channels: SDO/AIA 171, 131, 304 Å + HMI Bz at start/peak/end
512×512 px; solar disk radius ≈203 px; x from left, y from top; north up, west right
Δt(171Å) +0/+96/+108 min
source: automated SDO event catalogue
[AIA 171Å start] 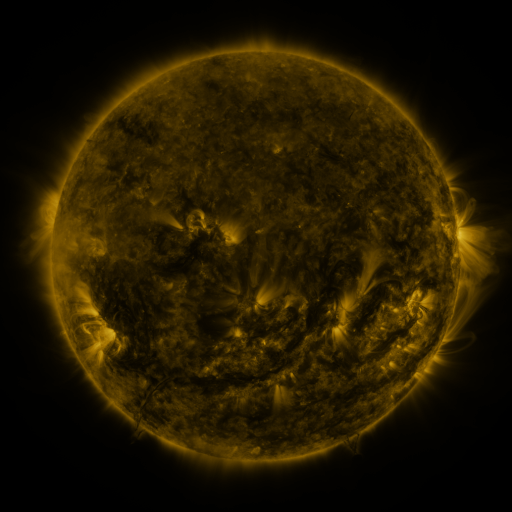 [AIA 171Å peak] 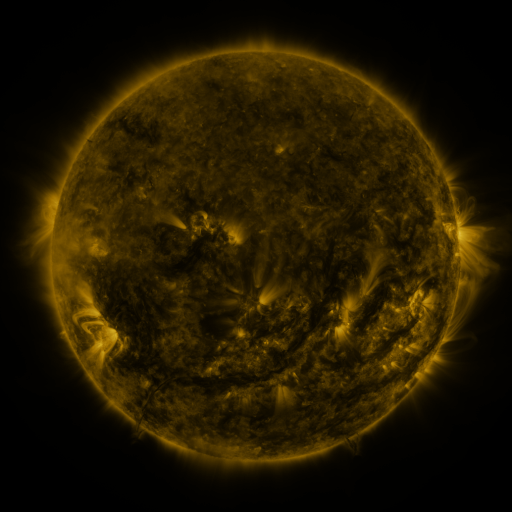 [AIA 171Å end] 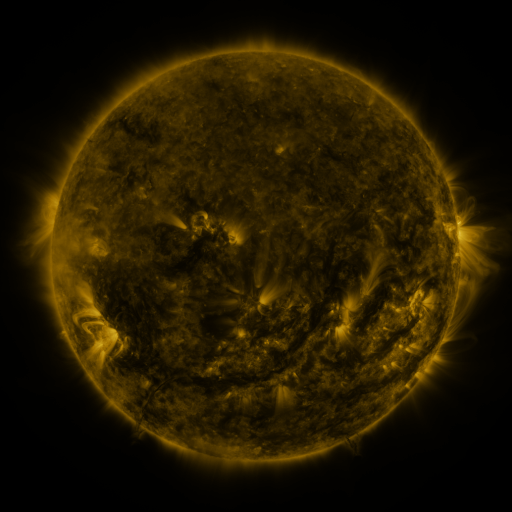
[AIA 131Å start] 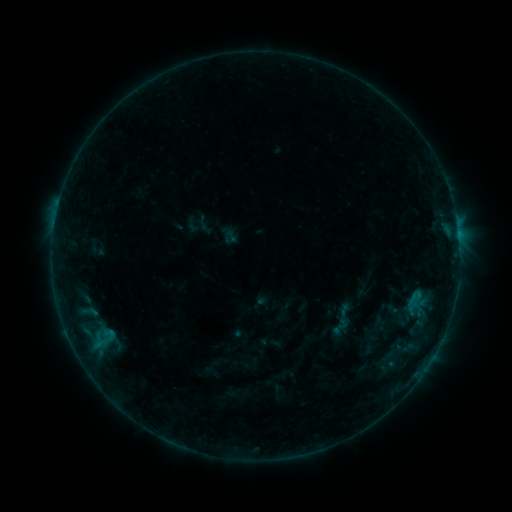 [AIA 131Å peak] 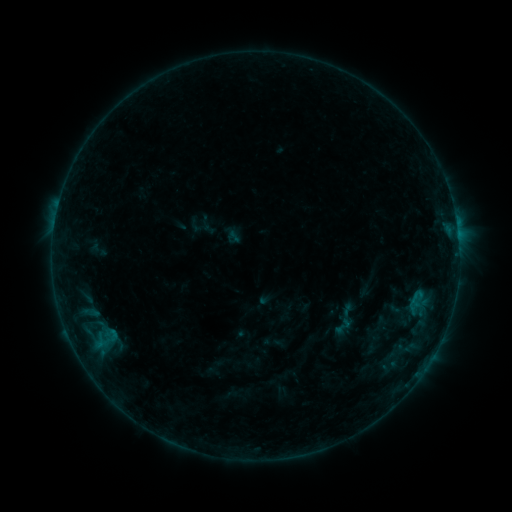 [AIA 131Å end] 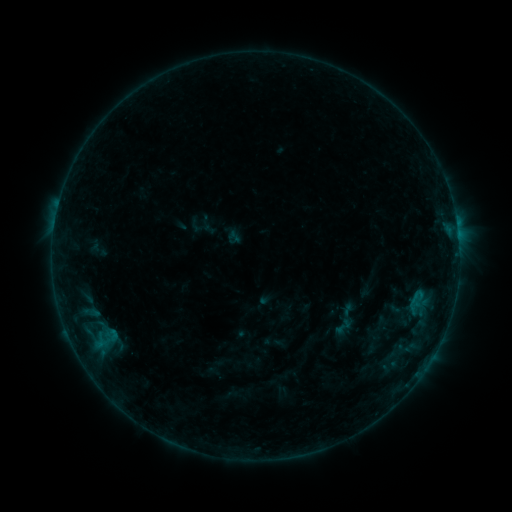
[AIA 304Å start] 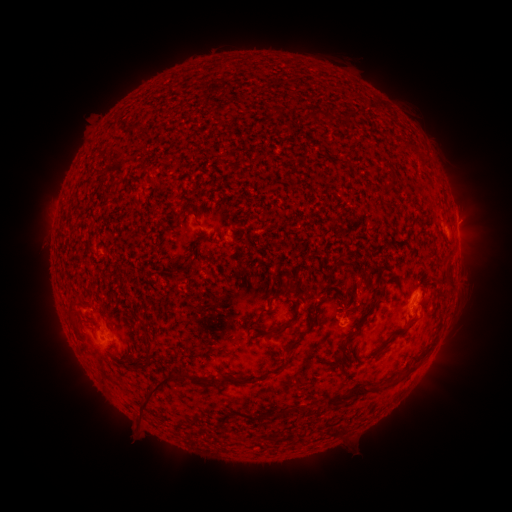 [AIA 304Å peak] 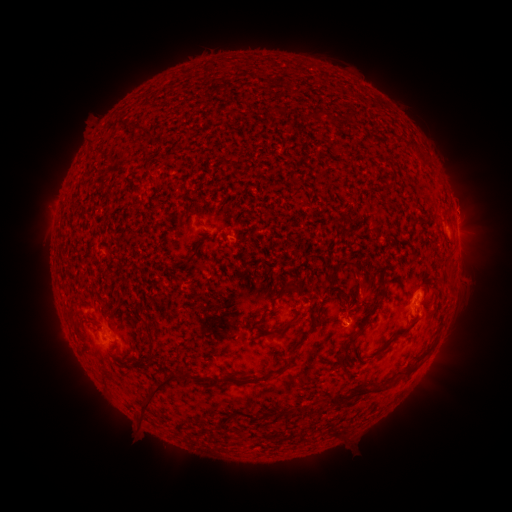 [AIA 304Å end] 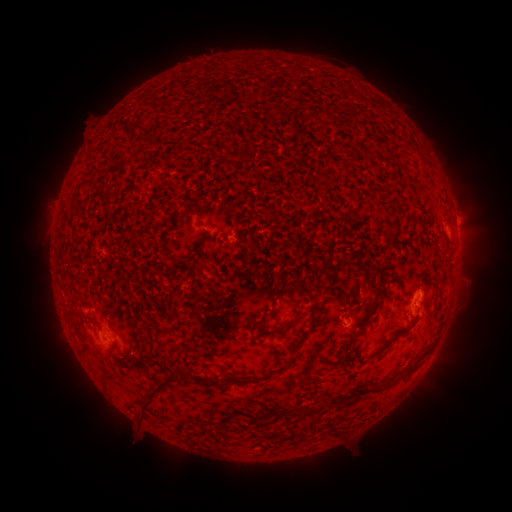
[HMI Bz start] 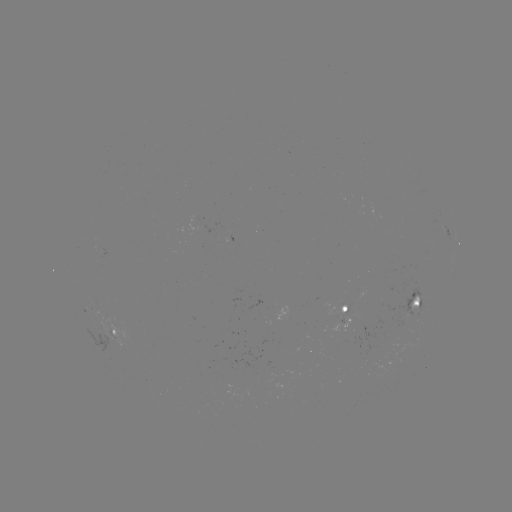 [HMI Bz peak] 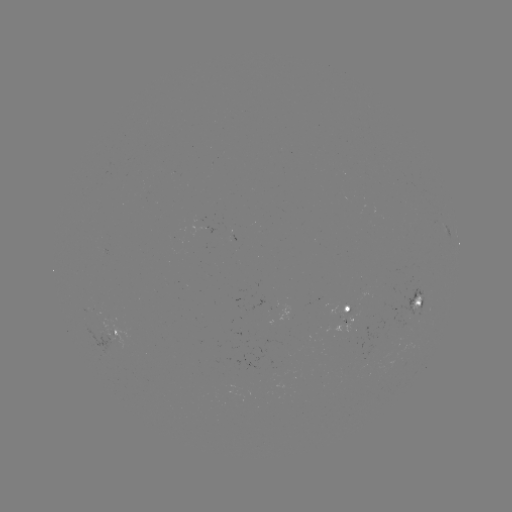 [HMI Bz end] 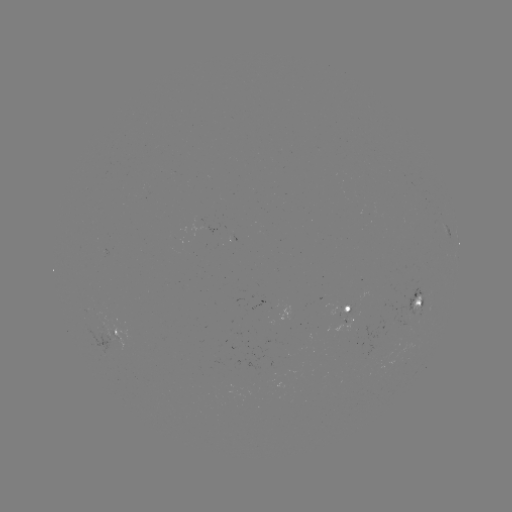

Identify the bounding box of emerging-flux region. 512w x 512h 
[399, 287, 421, 316].